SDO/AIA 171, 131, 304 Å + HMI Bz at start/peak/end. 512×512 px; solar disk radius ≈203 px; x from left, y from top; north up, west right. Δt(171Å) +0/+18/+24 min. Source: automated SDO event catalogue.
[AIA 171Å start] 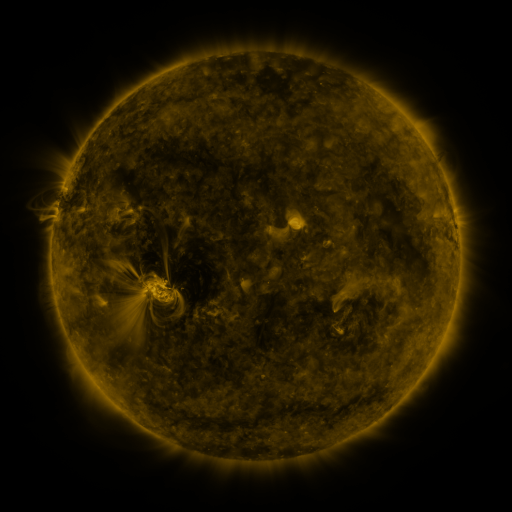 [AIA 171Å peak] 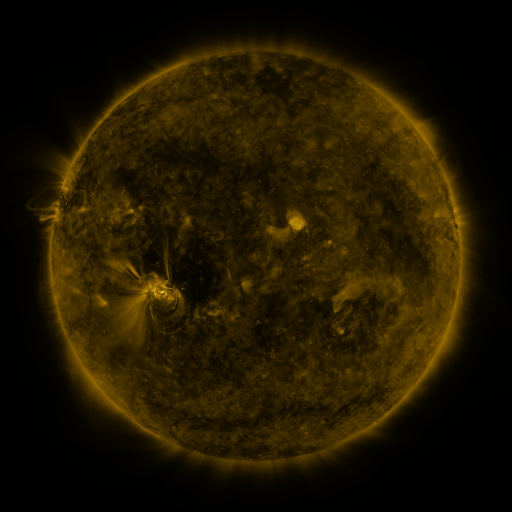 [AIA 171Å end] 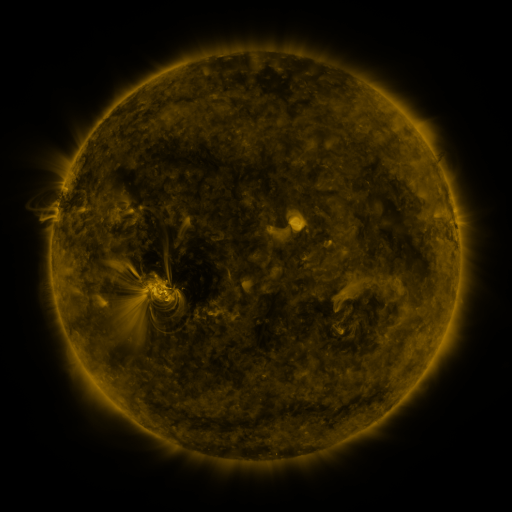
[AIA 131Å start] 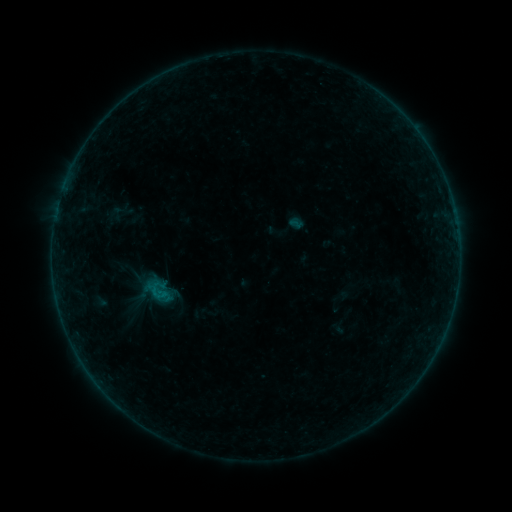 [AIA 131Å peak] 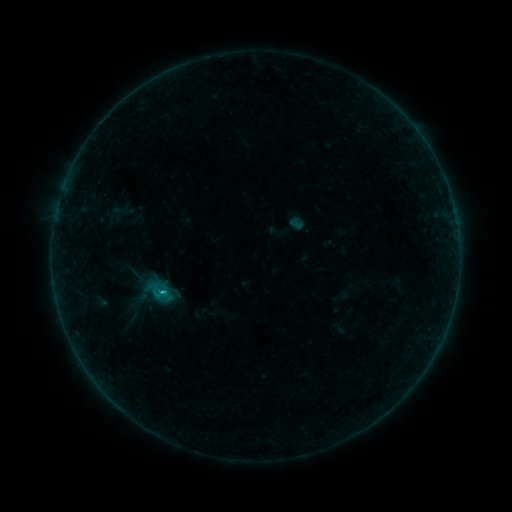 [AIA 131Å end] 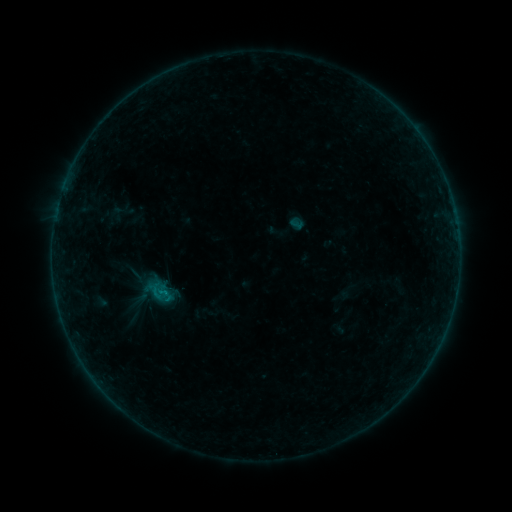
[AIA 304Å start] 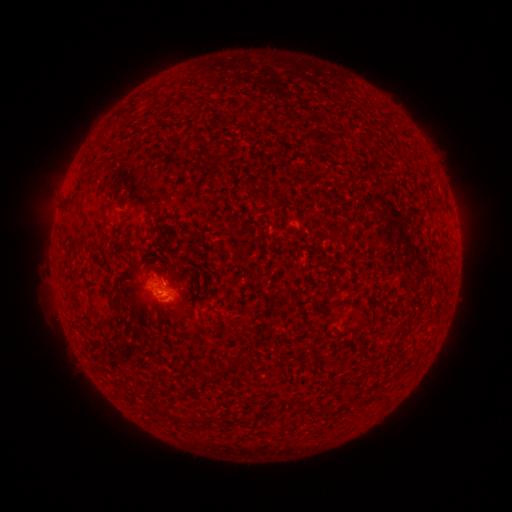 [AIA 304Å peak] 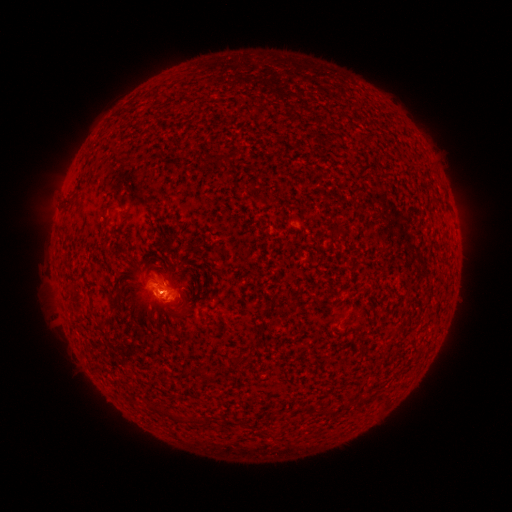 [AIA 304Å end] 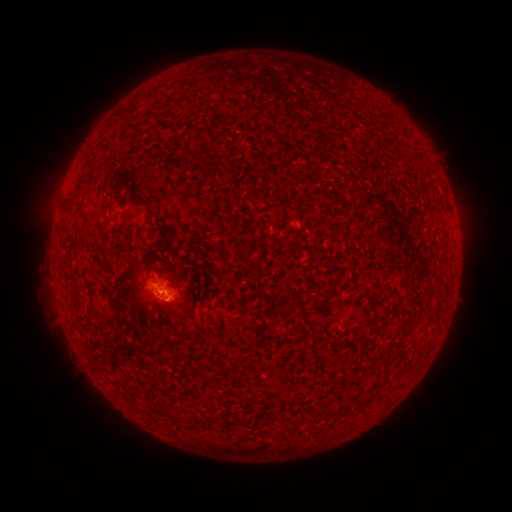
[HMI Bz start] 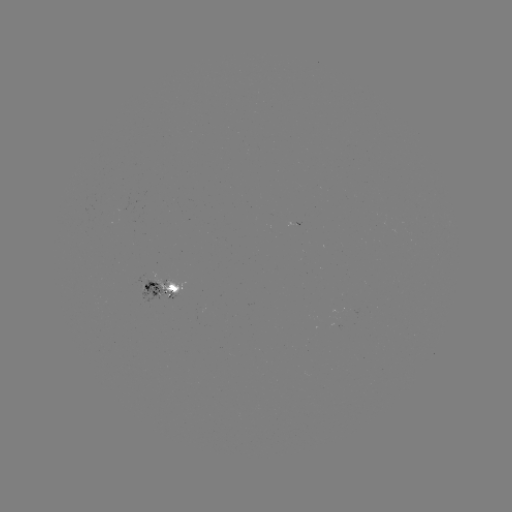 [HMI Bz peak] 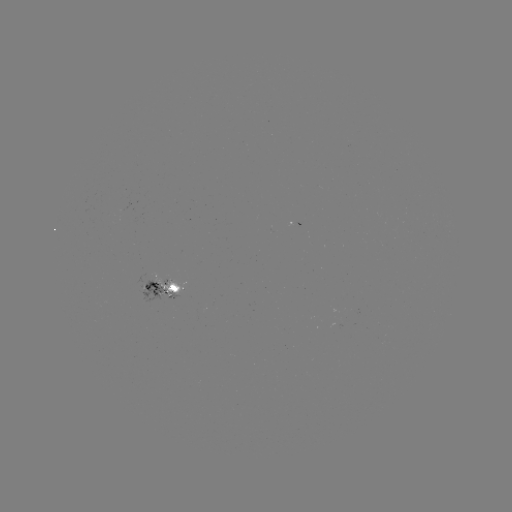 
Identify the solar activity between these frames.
B6.6 flare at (163, 289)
